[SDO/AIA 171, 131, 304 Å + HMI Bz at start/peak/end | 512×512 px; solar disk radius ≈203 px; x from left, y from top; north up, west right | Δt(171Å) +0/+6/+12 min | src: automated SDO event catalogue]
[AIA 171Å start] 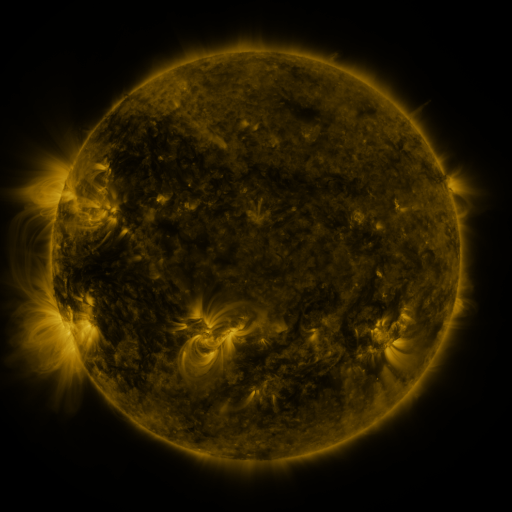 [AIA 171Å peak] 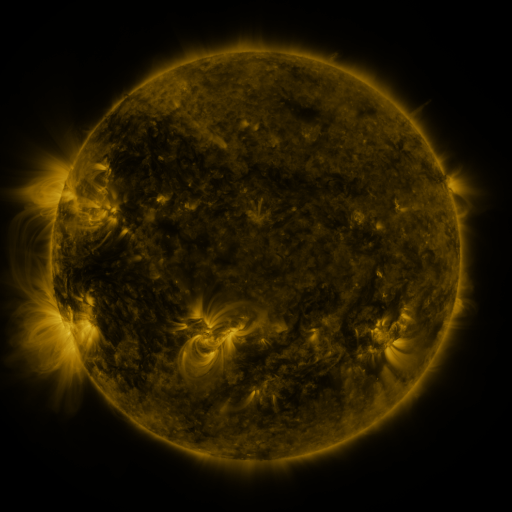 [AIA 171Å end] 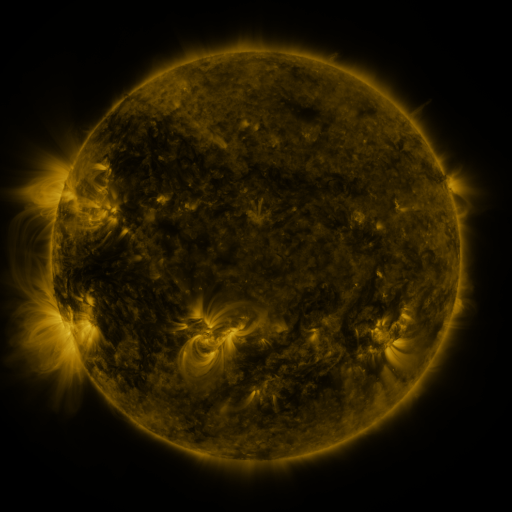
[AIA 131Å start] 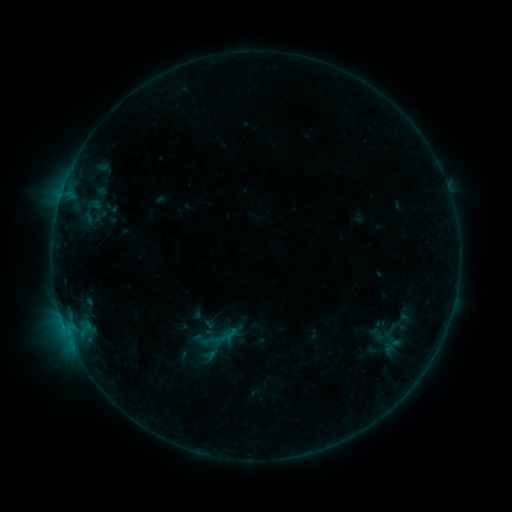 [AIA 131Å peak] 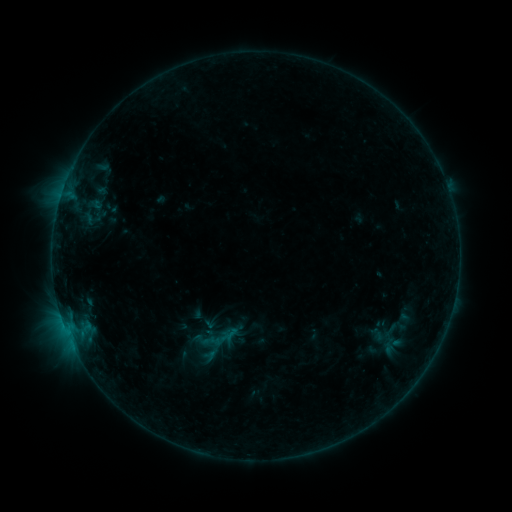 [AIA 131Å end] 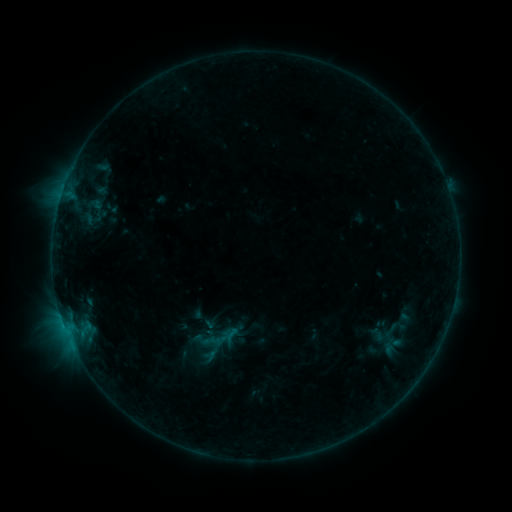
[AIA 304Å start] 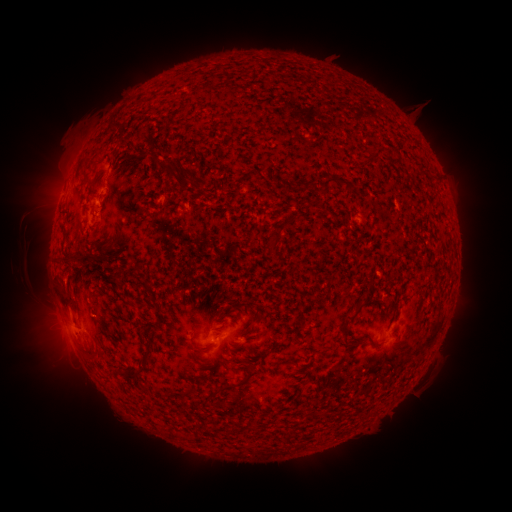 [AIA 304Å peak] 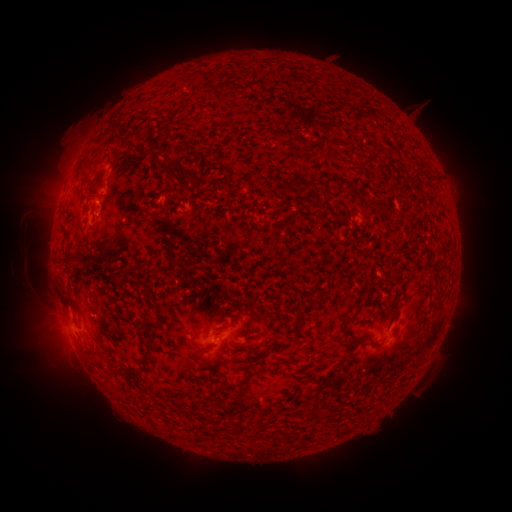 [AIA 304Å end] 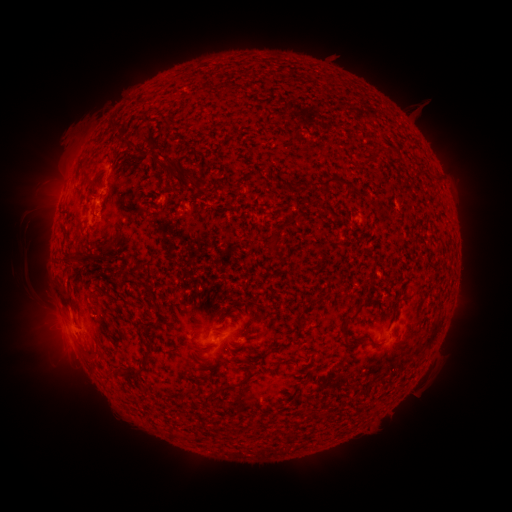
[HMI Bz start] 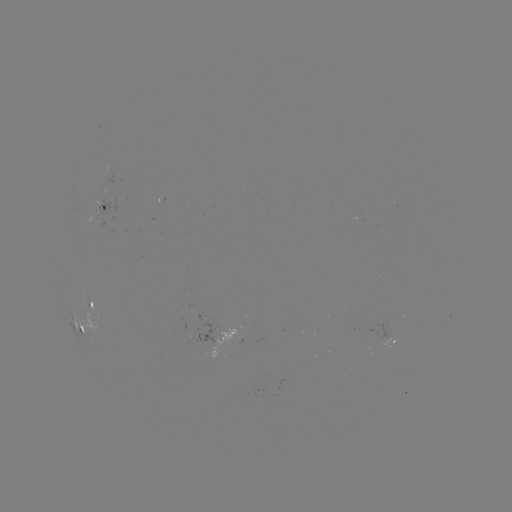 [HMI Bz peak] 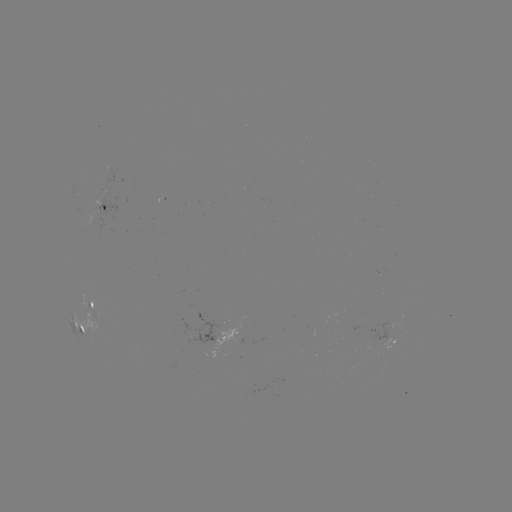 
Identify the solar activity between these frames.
no classed flare was catalogued and no EUV brightening was flagged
